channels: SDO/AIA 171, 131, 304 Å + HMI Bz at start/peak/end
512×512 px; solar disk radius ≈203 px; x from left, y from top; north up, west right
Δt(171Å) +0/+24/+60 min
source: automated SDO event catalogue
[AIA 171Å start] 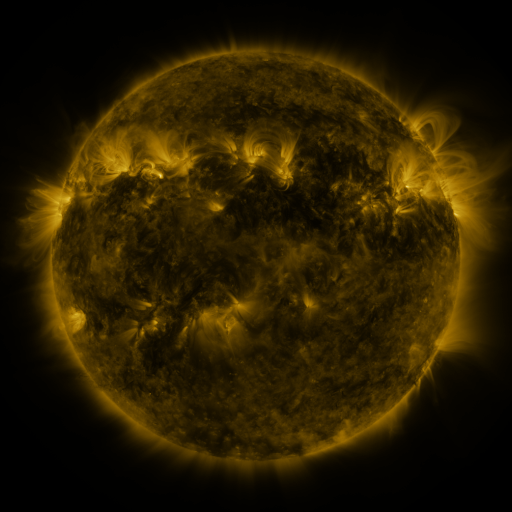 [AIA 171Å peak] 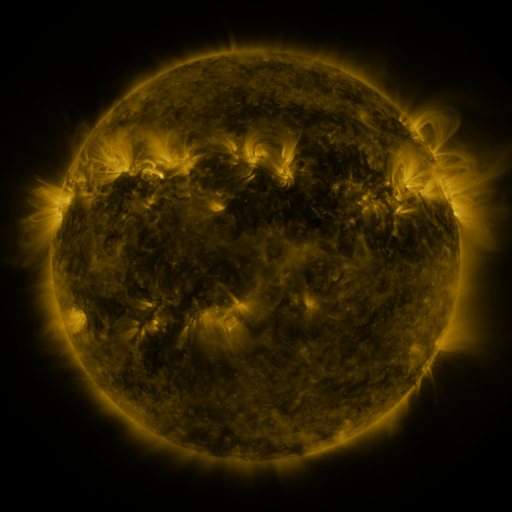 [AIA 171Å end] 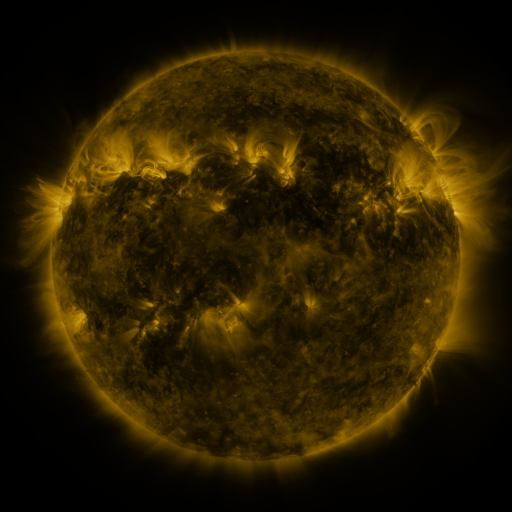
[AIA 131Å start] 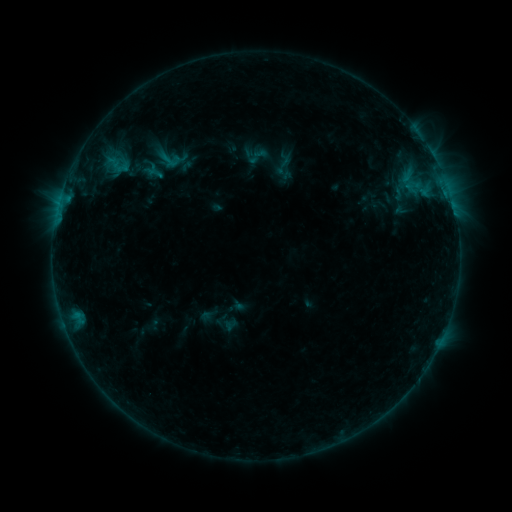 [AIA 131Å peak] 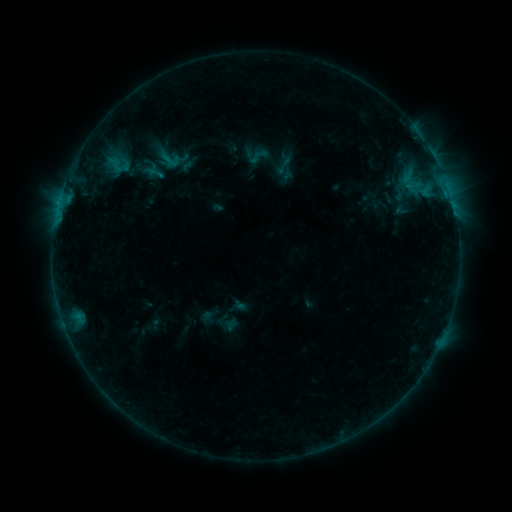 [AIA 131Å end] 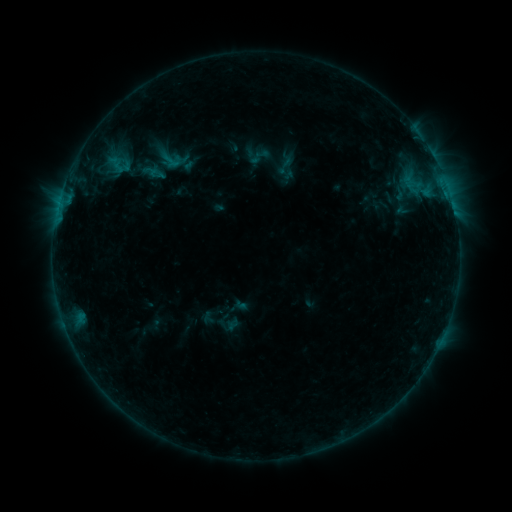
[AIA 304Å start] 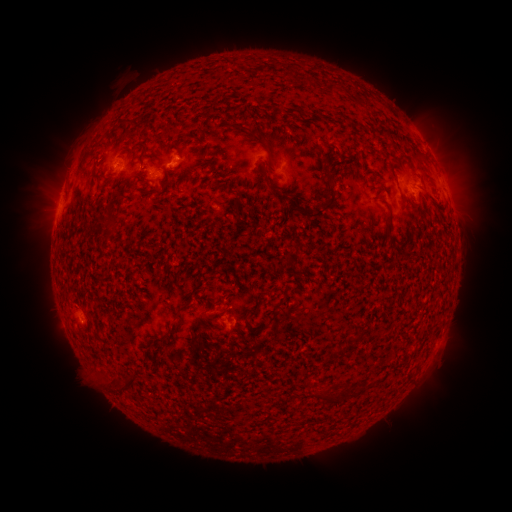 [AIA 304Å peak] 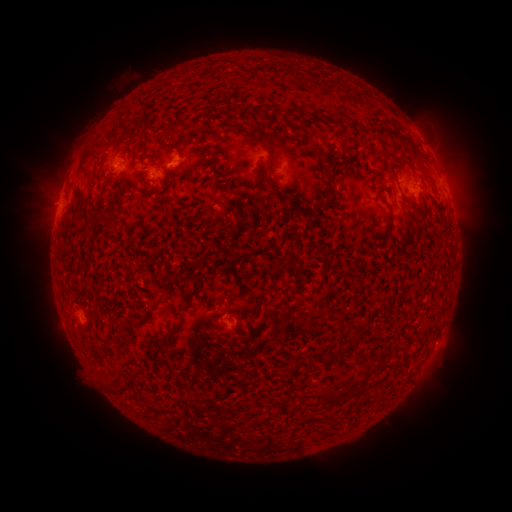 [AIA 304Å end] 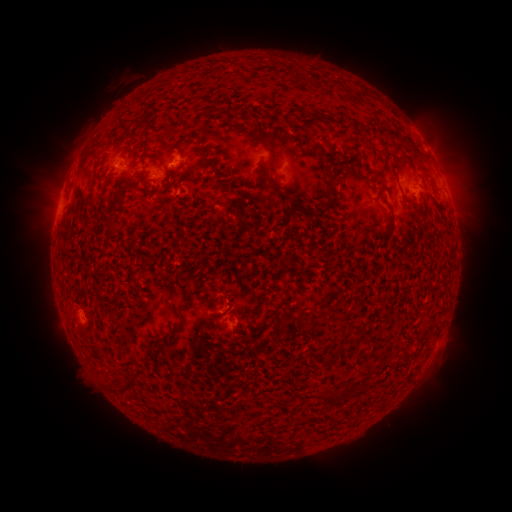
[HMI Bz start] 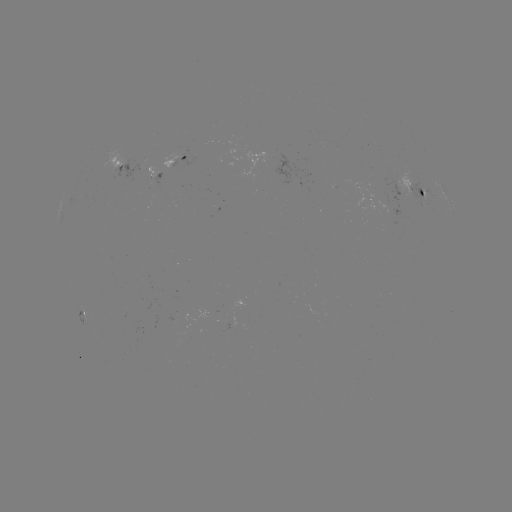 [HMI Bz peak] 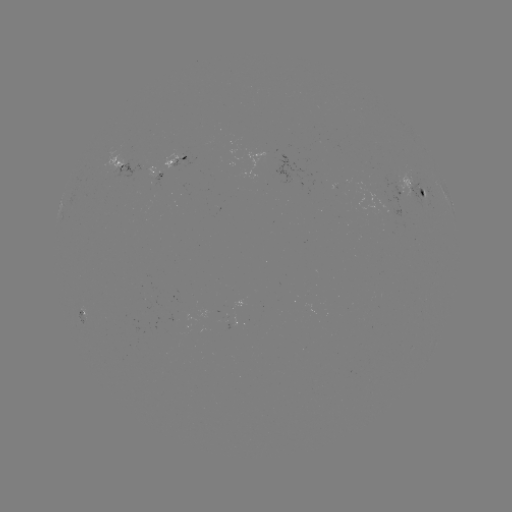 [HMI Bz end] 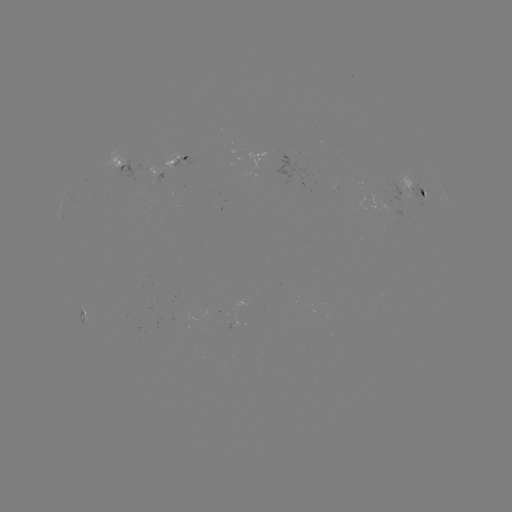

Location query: emerging-flux region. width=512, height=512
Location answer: (151, 174).